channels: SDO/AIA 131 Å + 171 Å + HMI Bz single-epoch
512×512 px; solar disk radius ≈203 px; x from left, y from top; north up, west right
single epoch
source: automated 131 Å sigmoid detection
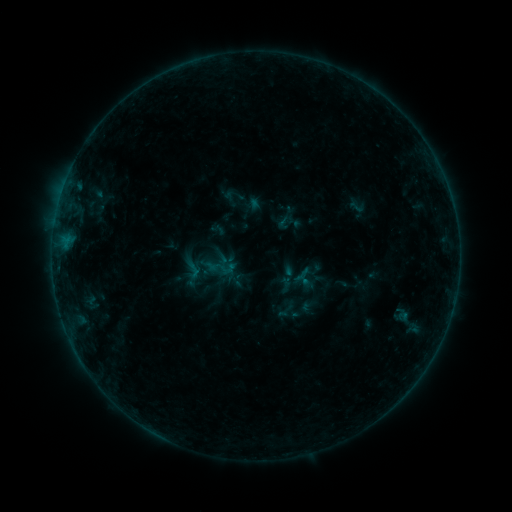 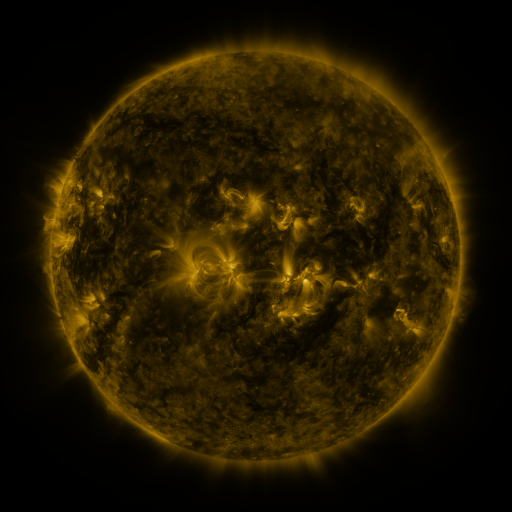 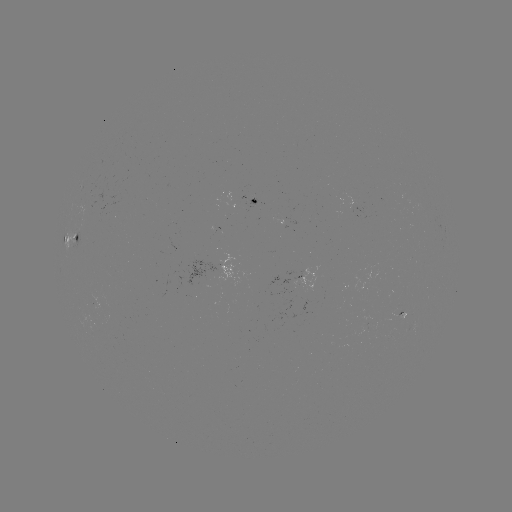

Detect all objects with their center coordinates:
sigmoid: (357, 207)
sigmoid: (283, 223)
